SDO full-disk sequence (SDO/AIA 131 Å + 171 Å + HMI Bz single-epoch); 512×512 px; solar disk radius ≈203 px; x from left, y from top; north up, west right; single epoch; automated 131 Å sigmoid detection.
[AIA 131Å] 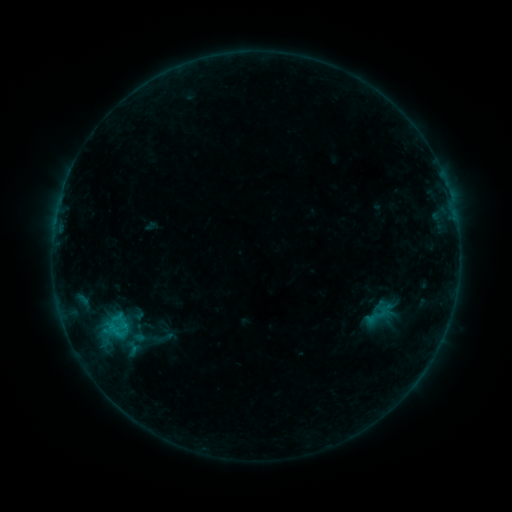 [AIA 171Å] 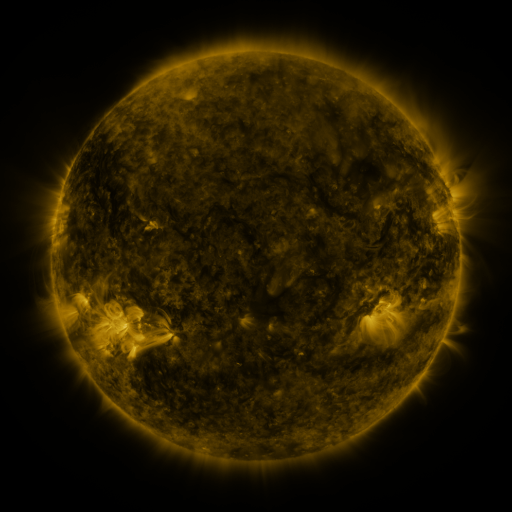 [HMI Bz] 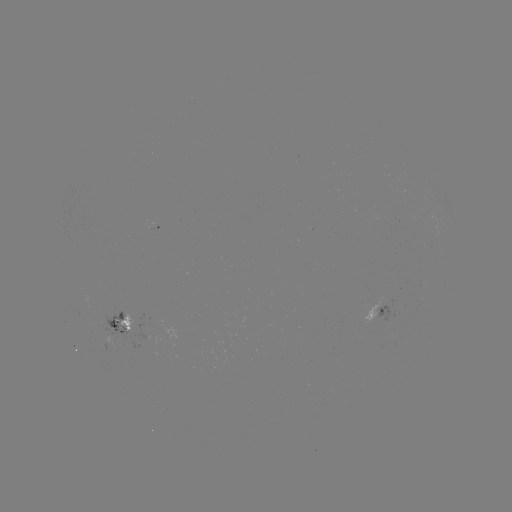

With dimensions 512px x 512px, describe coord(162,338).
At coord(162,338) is sigmoid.